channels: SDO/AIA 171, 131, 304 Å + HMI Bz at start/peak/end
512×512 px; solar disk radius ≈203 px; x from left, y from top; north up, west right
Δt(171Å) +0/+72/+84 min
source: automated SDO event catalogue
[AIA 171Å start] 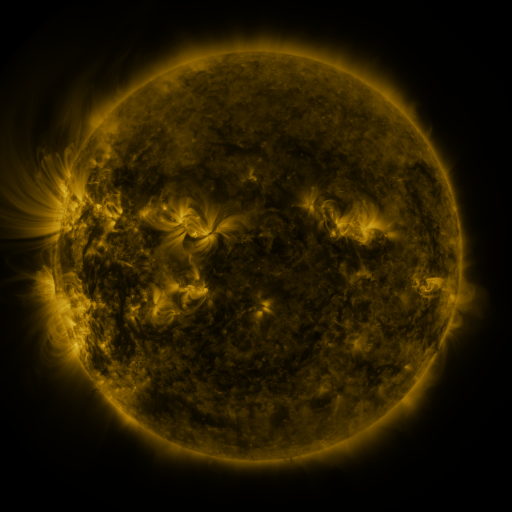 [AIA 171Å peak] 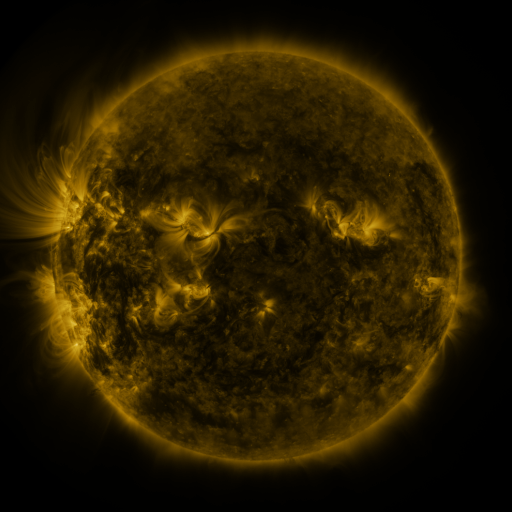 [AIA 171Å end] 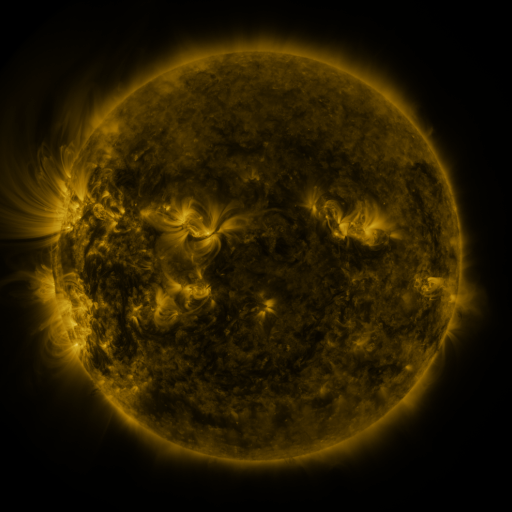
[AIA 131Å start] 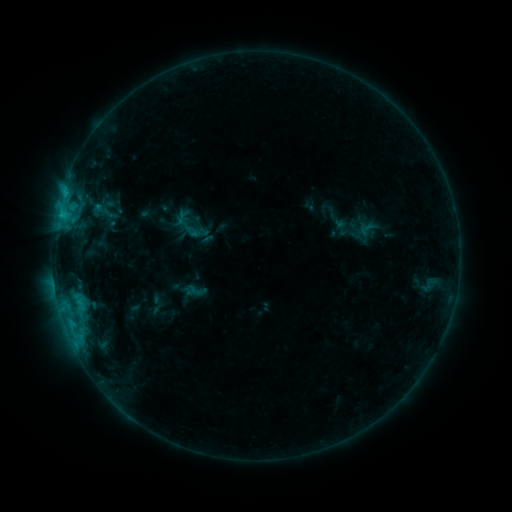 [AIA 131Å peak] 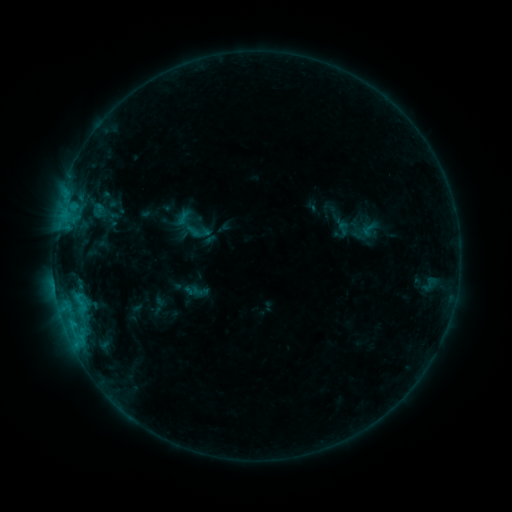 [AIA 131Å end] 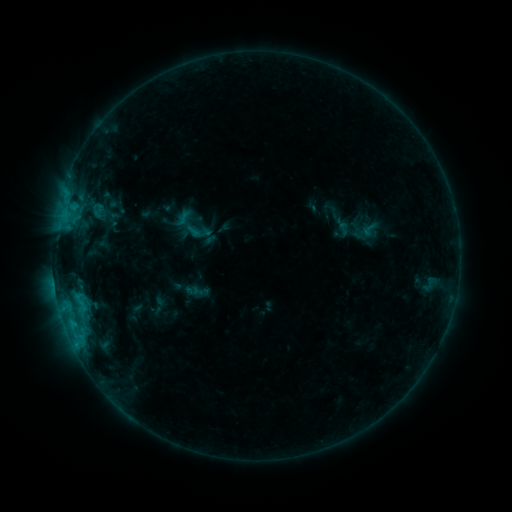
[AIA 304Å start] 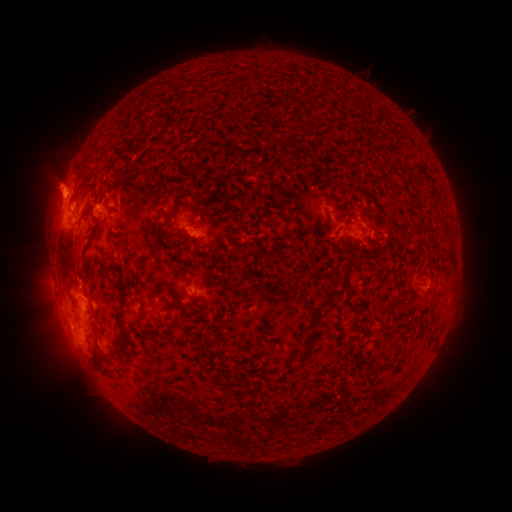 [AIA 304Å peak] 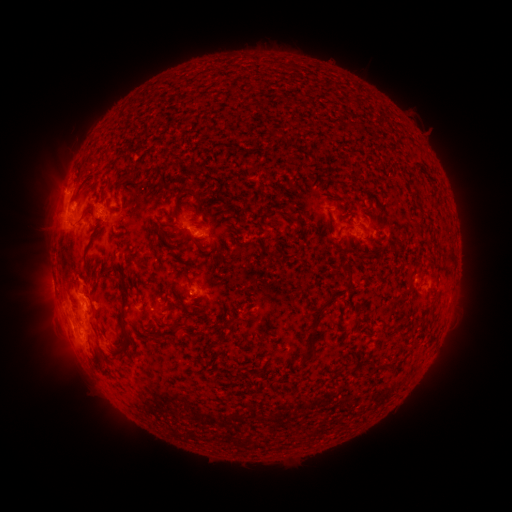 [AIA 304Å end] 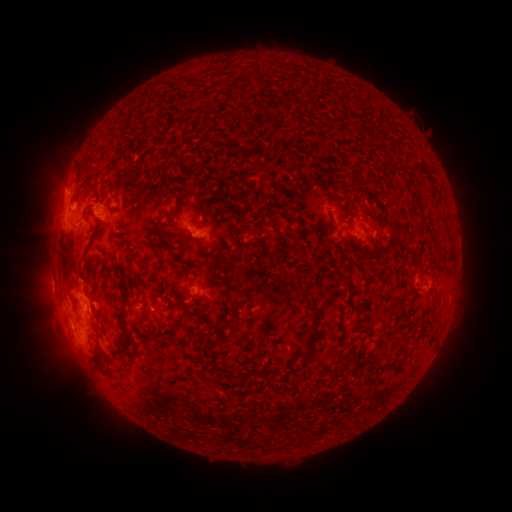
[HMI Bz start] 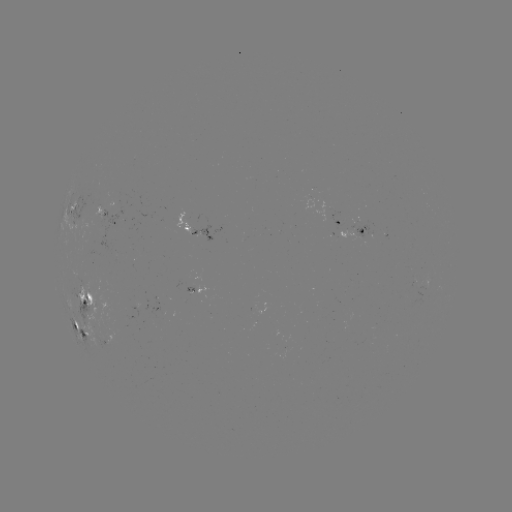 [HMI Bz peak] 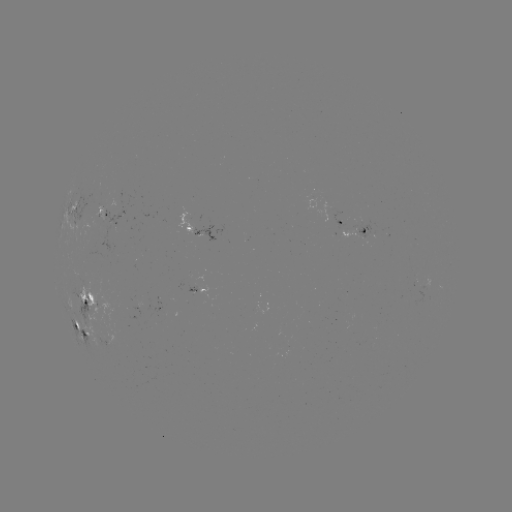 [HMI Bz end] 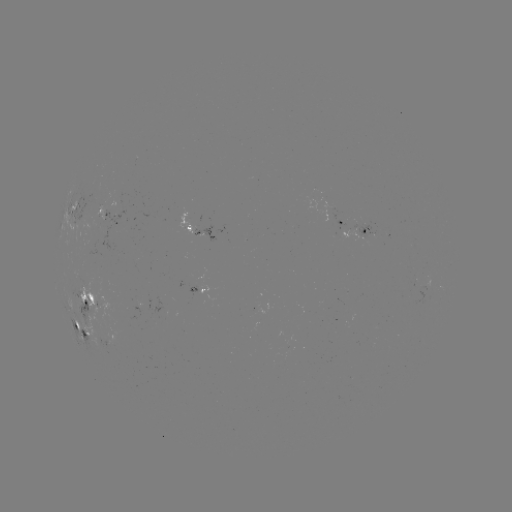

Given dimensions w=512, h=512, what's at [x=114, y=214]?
emerging-flux region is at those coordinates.